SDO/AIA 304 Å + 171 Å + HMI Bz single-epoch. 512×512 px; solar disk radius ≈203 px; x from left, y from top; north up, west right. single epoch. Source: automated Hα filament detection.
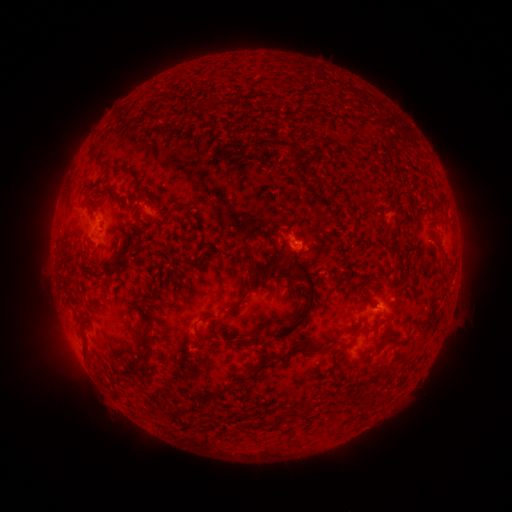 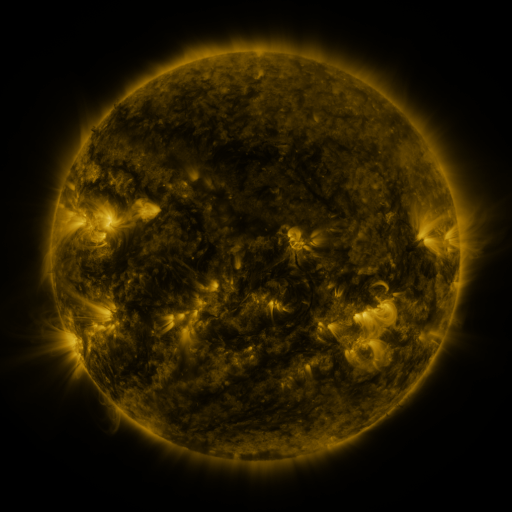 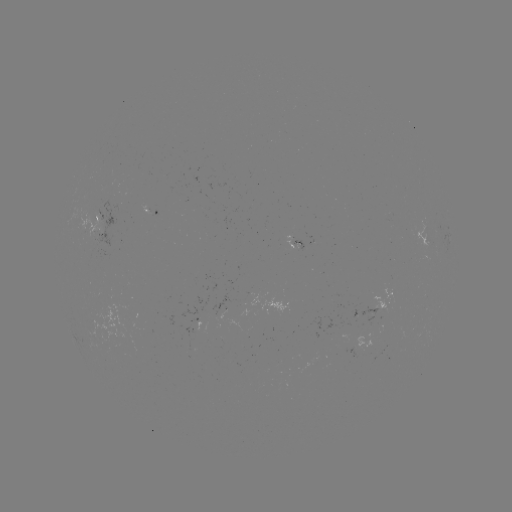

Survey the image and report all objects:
filament: [130, 97, 141, 110]
filament: [183, 98, 191, 120]
filament: [255, 138, 293, 154]
filament: [101, 159, 113, 168]
filament: [103, 182, 121, 200]
filament: [162, 211, 172, 223]
filament: [384, 236, 398, 254]
filament: [272, 250, 316, 342]
filament: [247, 253, 287, 290]
filament: [281, 269, 293, 279]
filament: [368, 279, 377, 288]
filament: [358, 294, 374, 307]
filament: [226, 297, 245, 313]
filament: [197, 315, 209, 321]
filament: [247, 336, 259, 346]
filament: [286, 345, 323, 356]
filament: [138, 347, 154, 377]
filament: [251, 363, 268, 373]
filament: [269, 412, 281, 424]
